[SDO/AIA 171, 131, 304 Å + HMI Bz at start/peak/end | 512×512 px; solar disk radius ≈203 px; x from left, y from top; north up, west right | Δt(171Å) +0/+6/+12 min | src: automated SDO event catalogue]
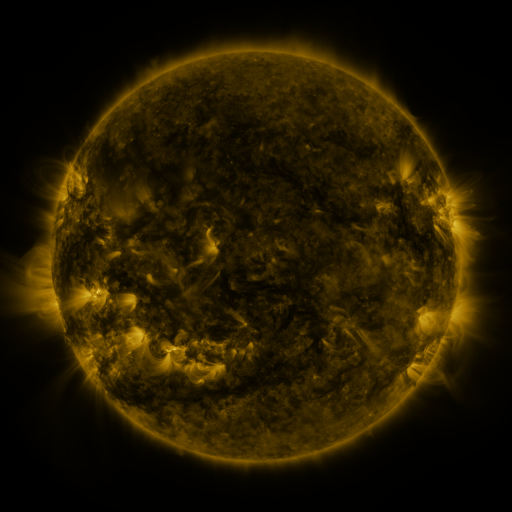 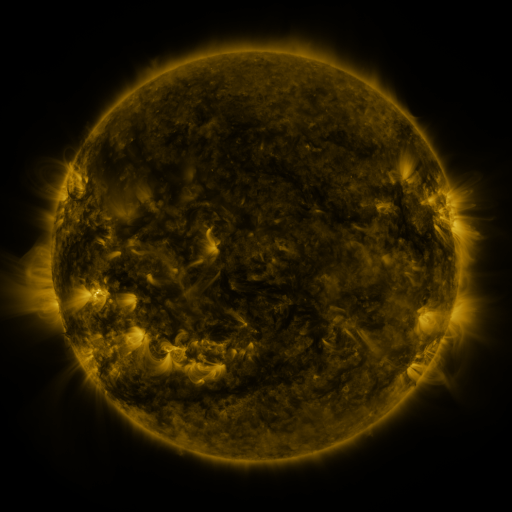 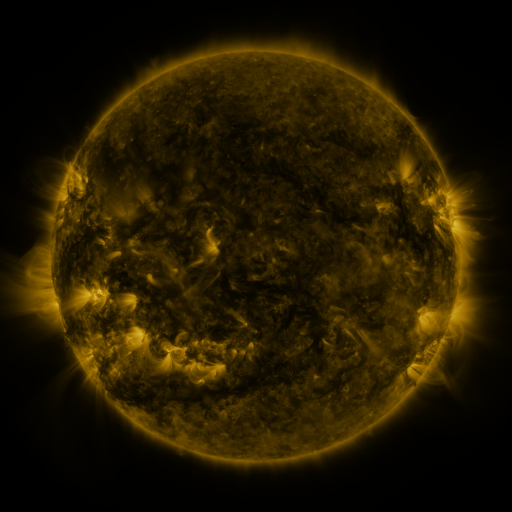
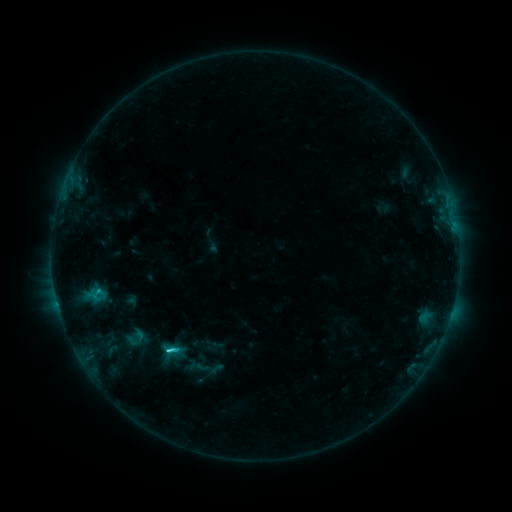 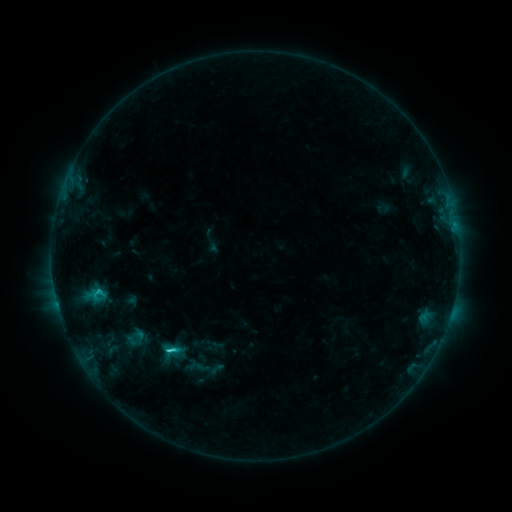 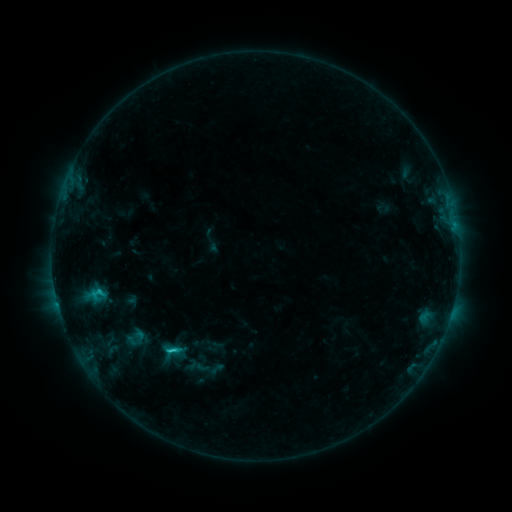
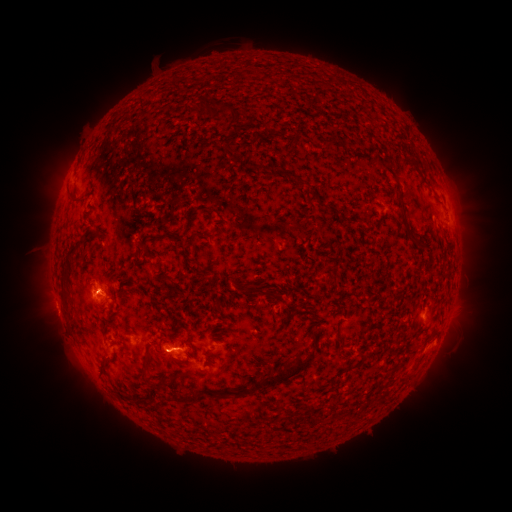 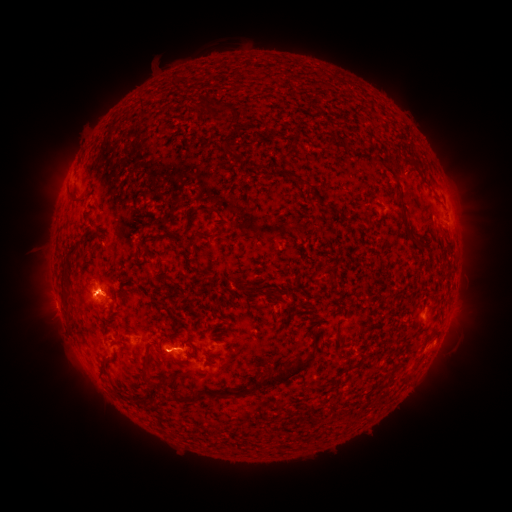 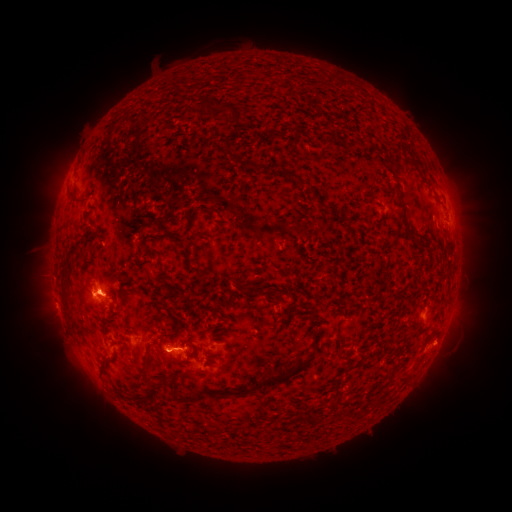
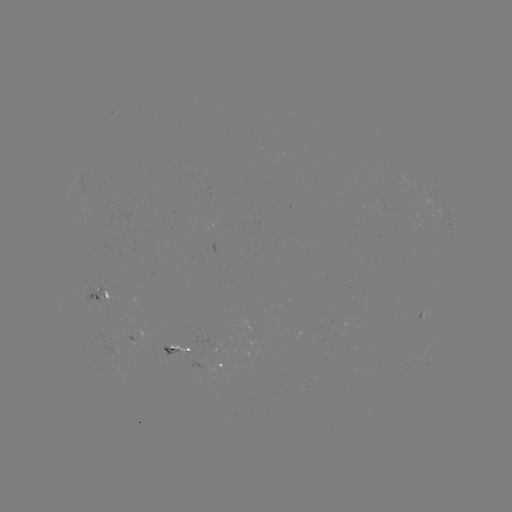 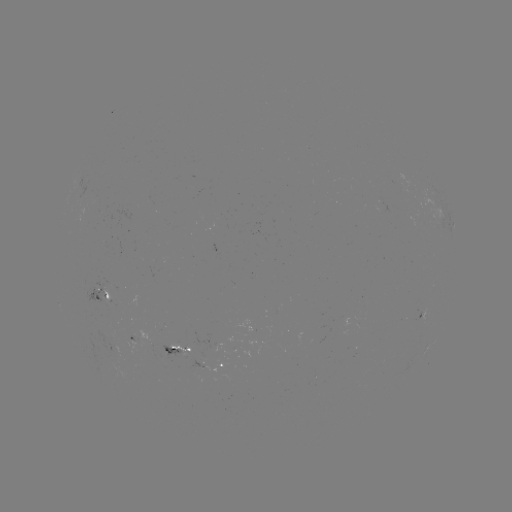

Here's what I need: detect eruption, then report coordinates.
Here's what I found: eruption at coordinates (84, 294).